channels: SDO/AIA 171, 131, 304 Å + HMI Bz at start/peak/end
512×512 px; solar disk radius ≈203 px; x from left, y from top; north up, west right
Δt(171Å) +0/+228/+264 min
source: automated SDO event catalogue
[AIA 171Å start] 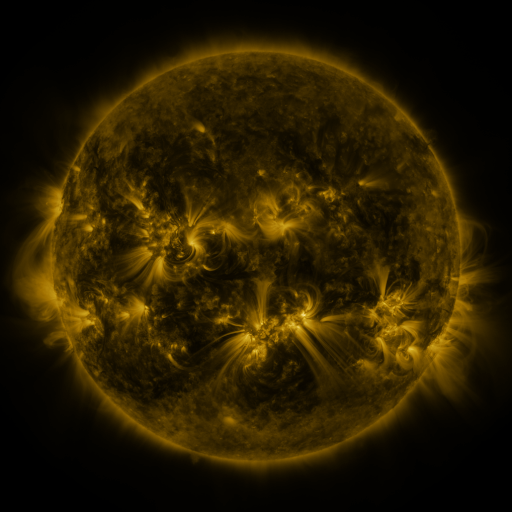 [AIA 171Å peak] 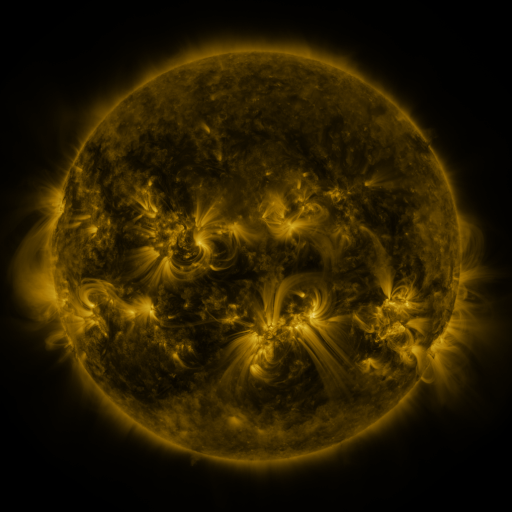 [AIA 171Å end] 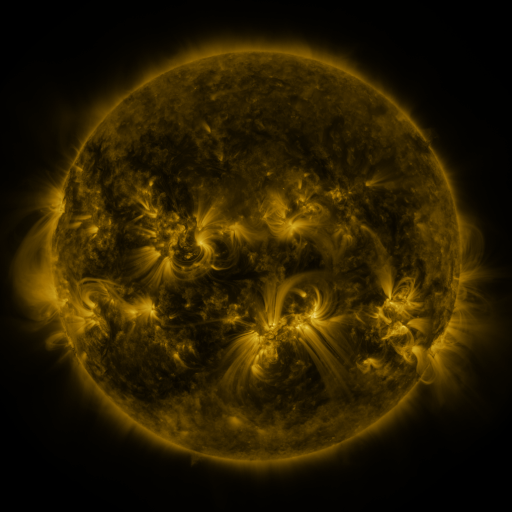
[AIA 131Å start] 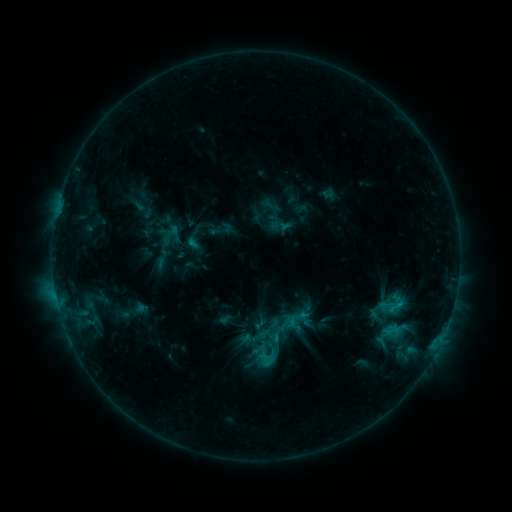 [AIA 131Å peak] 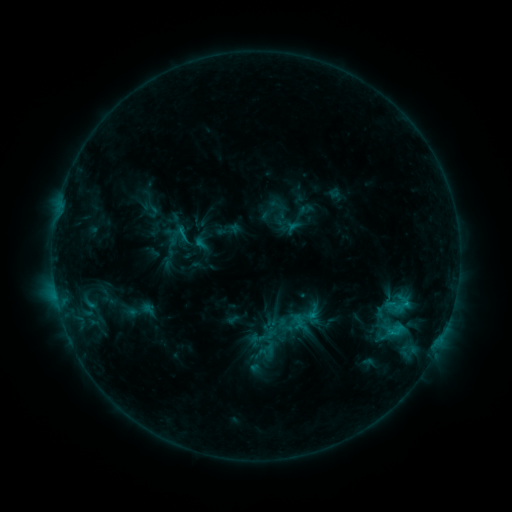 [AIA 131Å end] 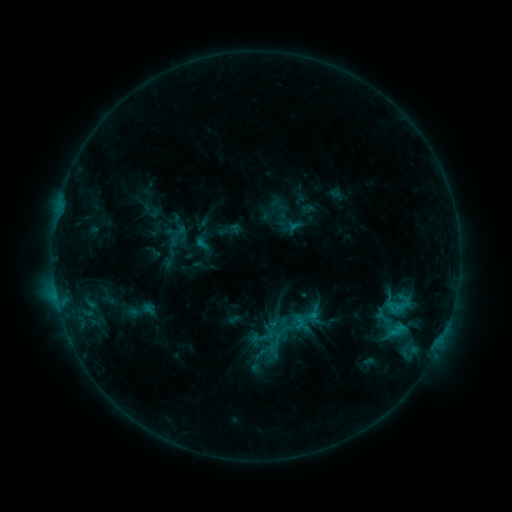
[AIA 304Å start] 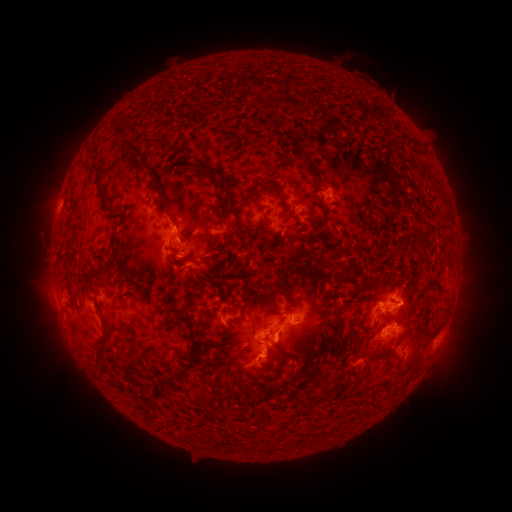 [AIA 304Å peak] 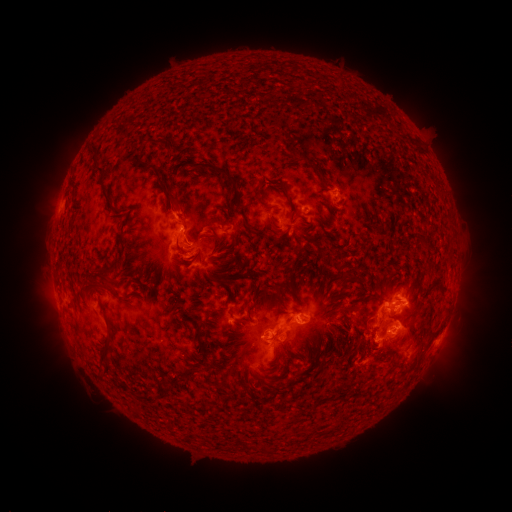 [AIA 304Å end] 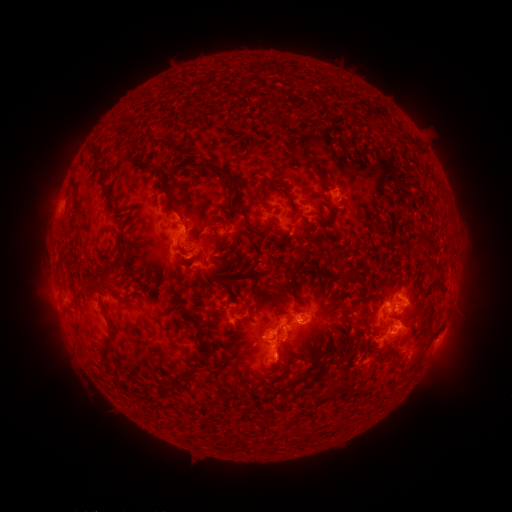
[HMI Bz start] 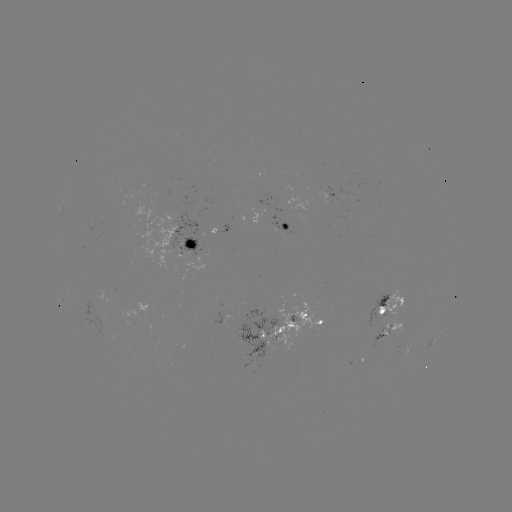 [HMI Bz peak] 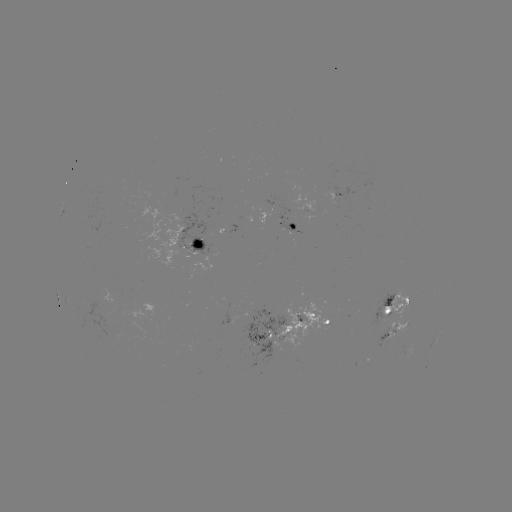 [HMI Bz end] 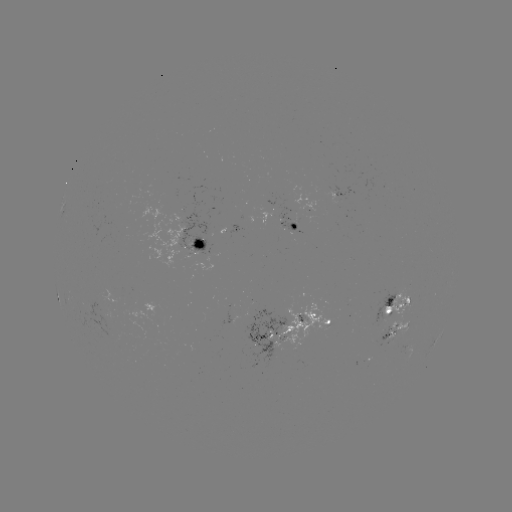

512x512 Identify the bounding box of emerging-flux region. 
[292, 195, 317, 212].